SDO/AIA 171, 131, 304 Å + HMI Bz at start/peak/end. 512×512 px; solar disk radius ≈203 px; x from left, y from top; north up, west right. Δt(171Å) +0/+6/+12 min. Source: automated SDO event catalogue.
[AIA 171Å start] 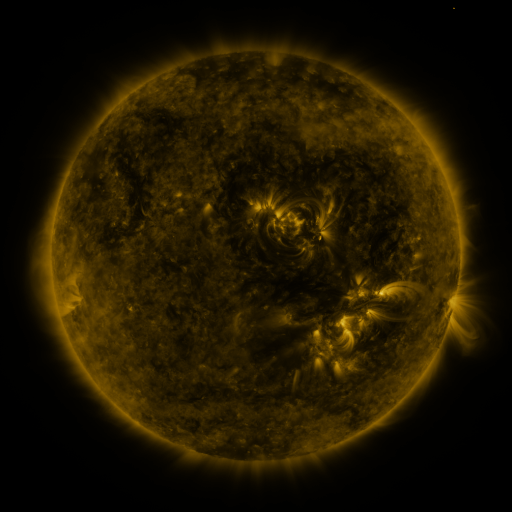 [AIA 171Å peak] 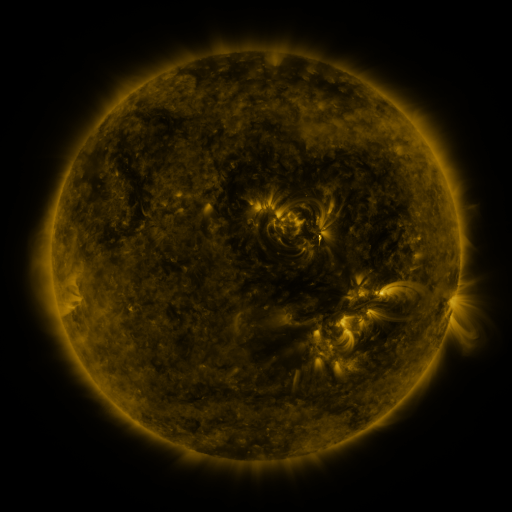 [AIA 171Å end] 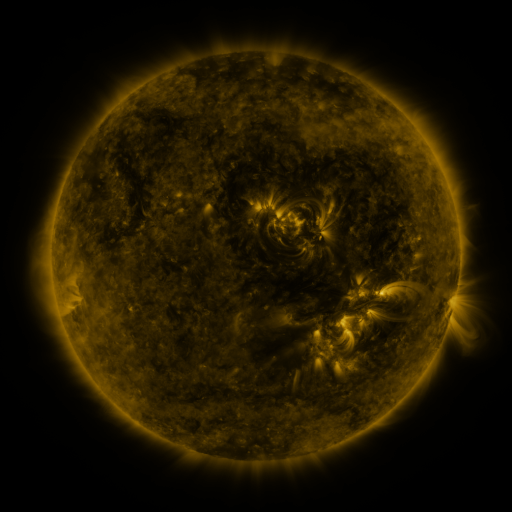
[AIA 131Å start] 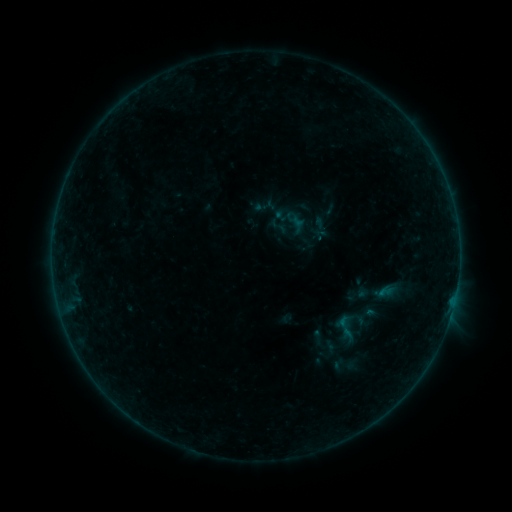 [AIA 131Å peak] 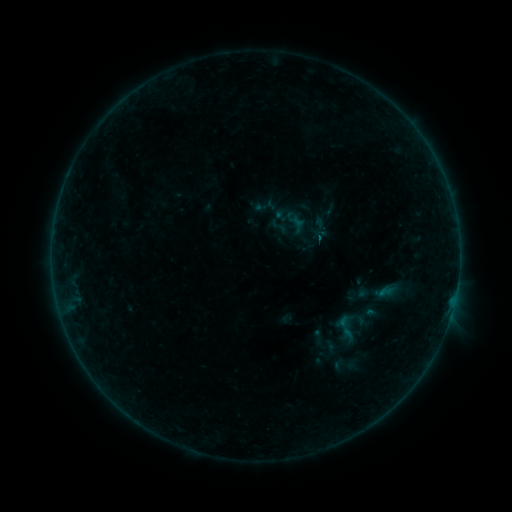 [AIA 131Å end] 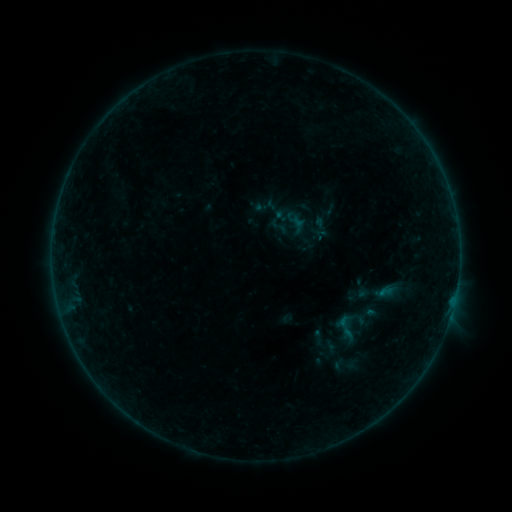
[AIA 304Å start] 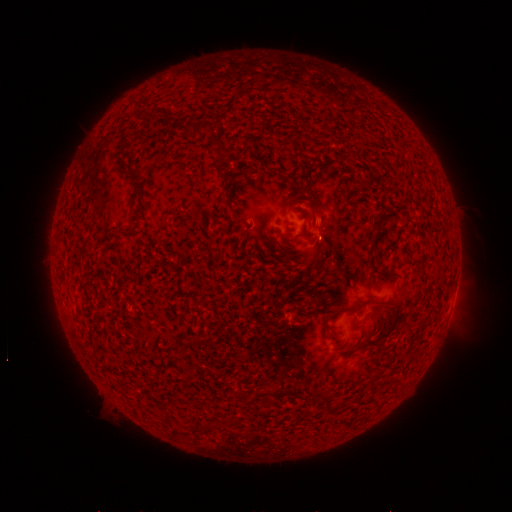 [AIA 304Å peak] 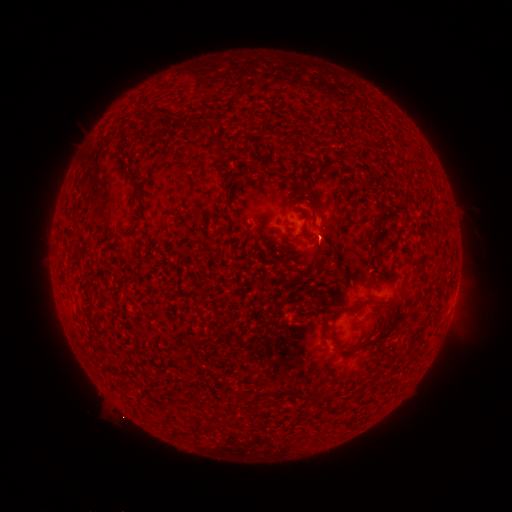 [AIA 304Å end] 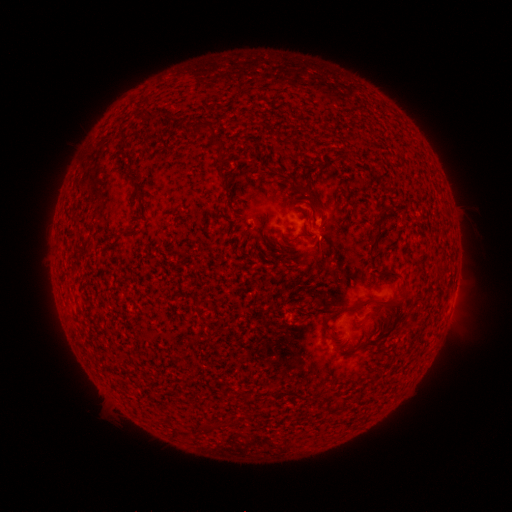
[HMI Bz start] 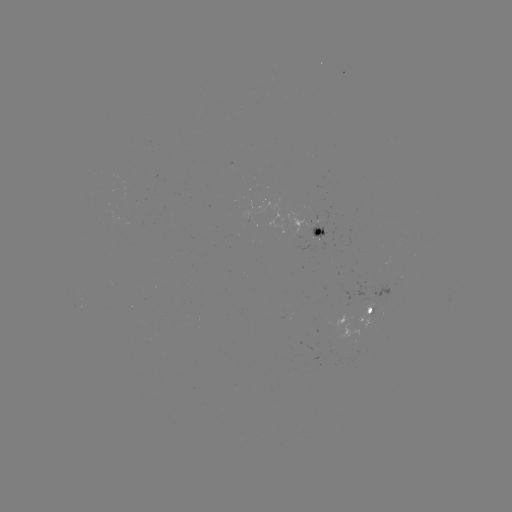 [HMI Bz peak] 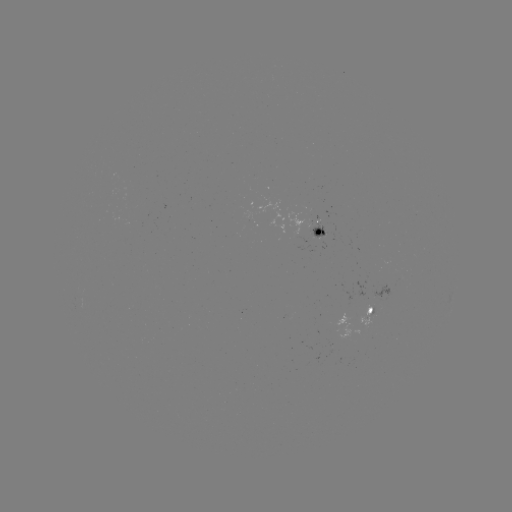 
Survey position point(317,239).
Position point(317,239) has B2.2 flare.